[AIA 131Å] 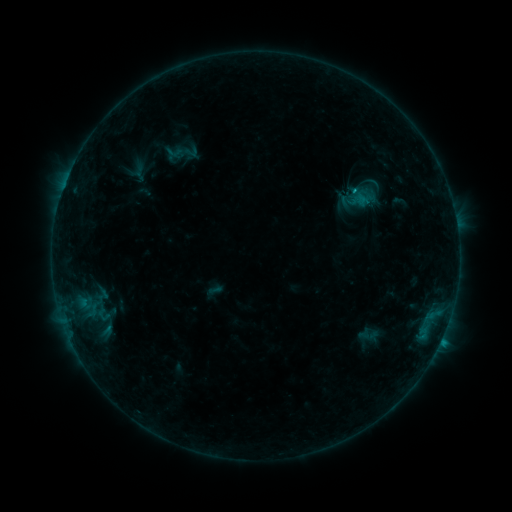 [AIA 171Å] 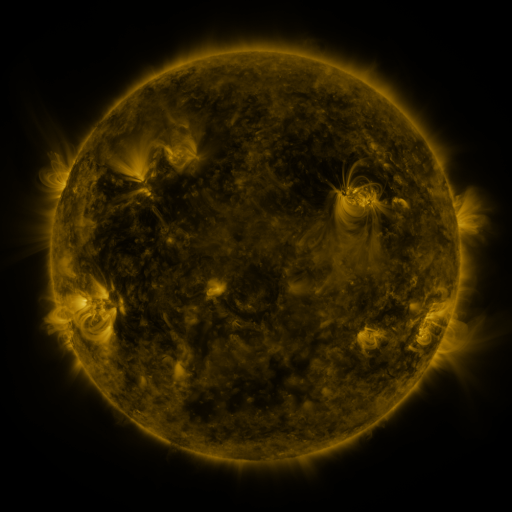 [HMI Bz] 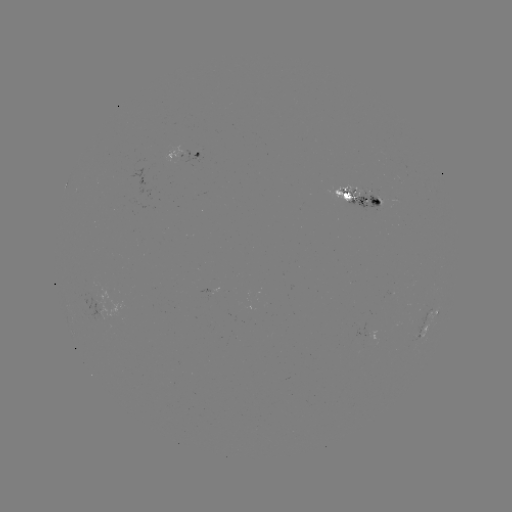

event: sigmoid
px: (174, 152)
